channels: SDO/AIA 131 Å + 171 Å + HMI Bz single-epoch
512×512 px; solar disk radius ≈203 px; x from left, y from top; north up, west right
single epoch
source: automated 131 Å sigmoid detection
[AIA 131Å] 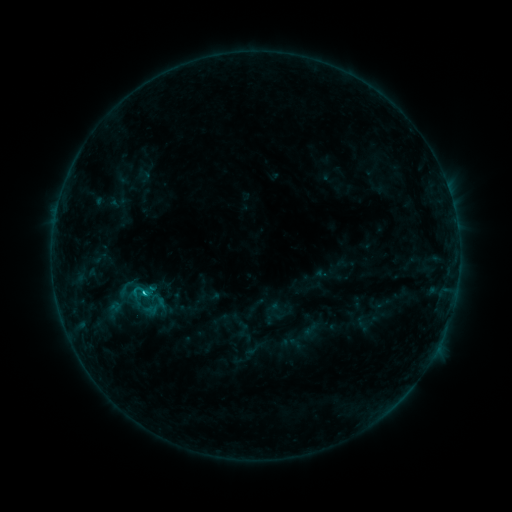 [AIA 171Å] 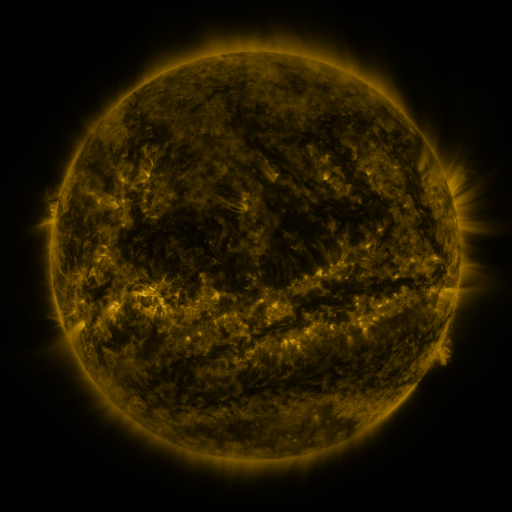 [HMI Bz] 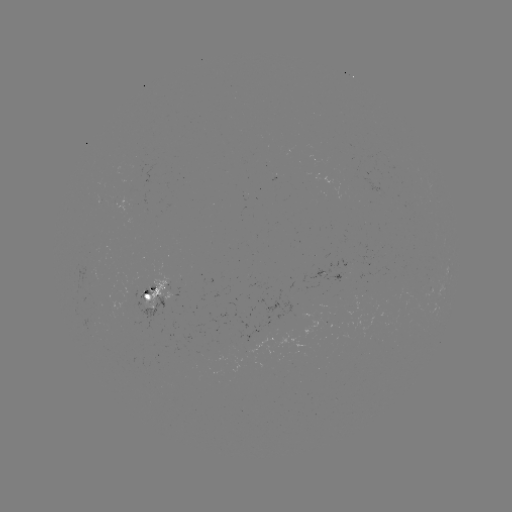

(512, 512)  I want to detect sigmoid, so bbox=[125, 280, 155, 303].